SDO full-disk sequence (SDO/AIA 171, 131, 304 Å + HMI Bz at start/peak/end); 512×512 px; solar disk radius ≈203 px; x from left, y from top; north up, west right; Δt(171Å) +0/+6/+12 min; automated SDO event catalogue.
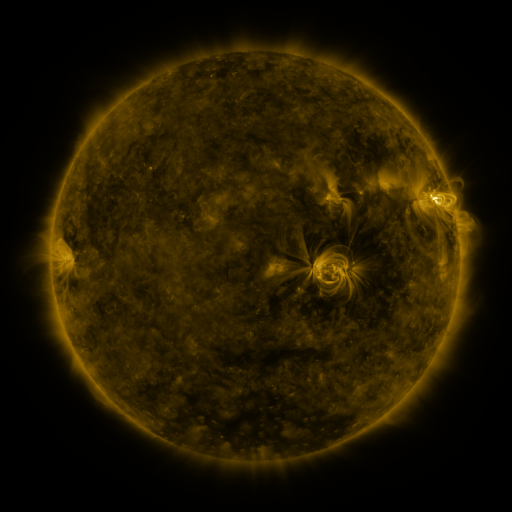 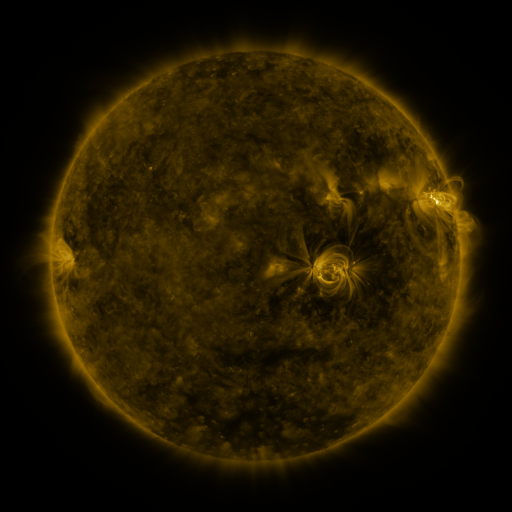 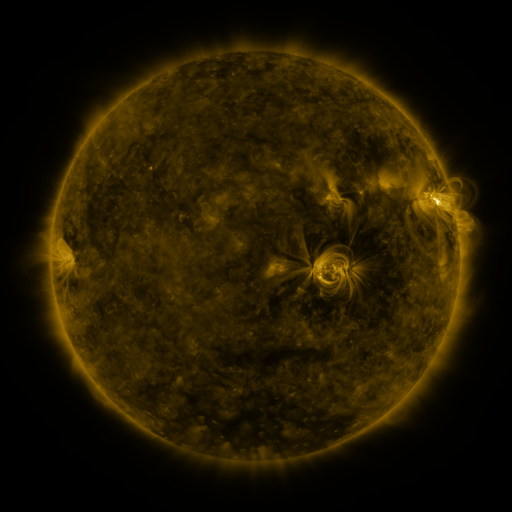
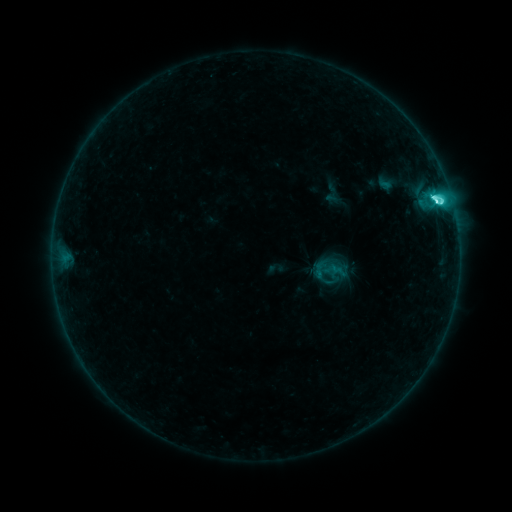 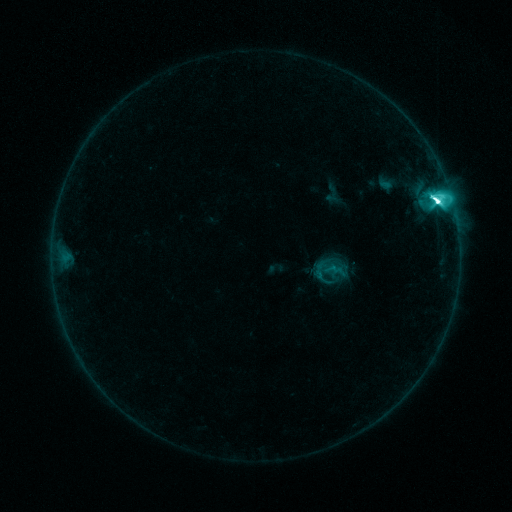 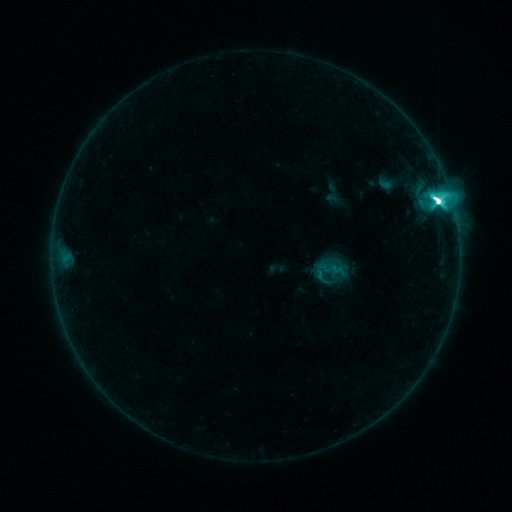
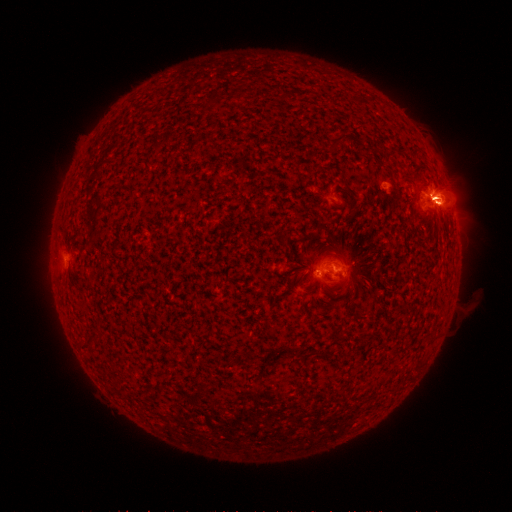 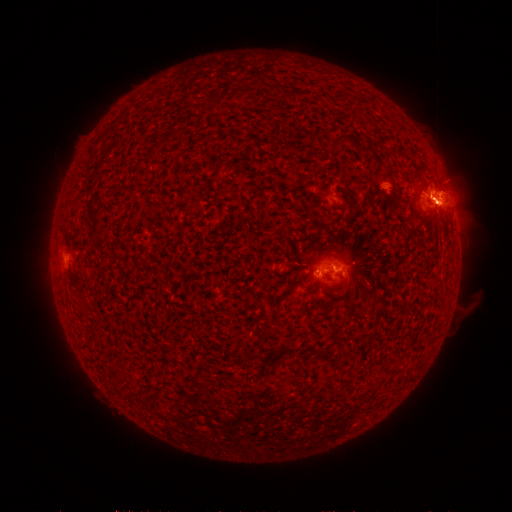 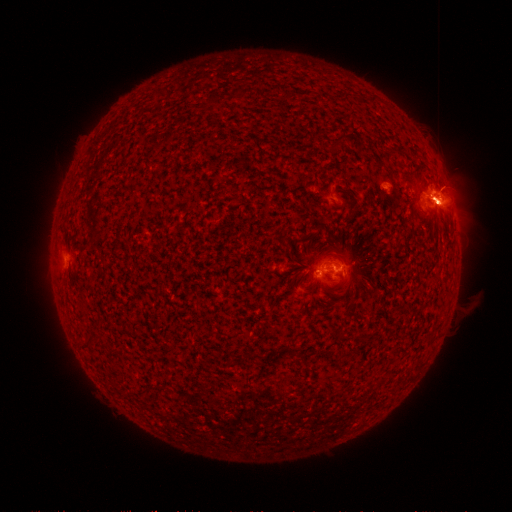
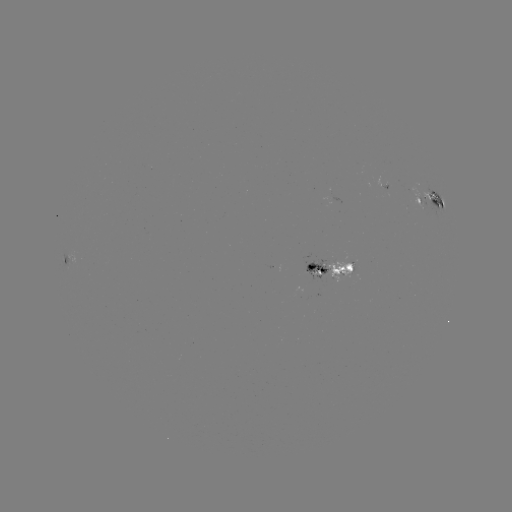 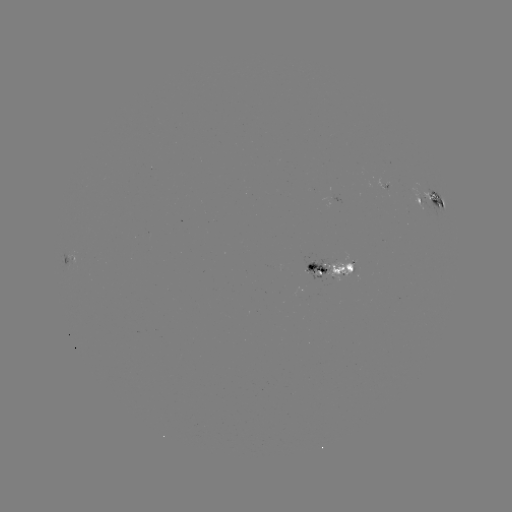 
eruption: [401, 184, 465, 246]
